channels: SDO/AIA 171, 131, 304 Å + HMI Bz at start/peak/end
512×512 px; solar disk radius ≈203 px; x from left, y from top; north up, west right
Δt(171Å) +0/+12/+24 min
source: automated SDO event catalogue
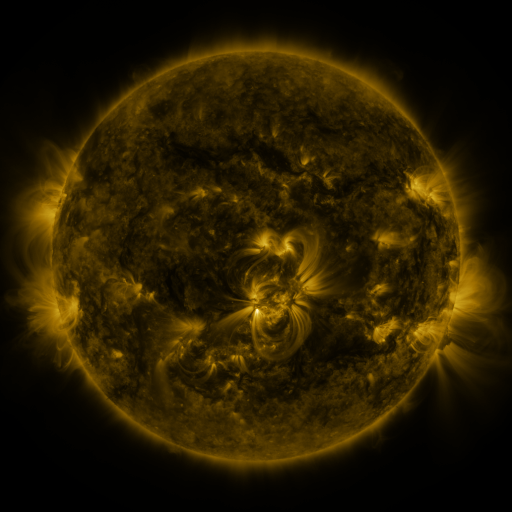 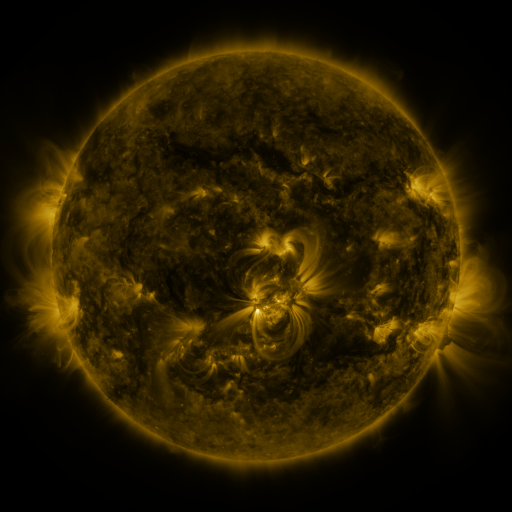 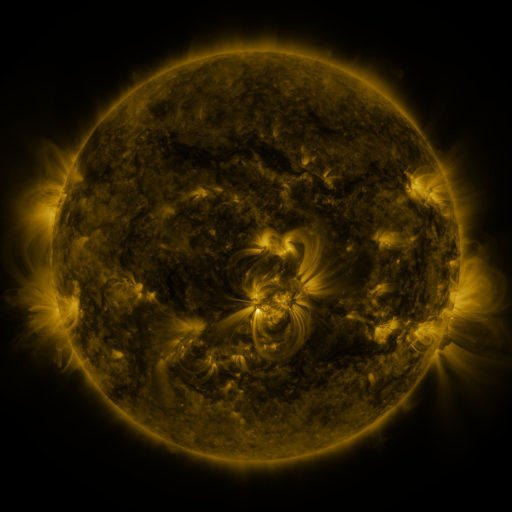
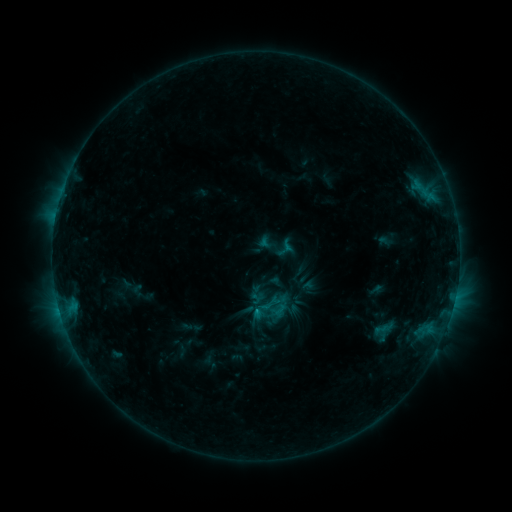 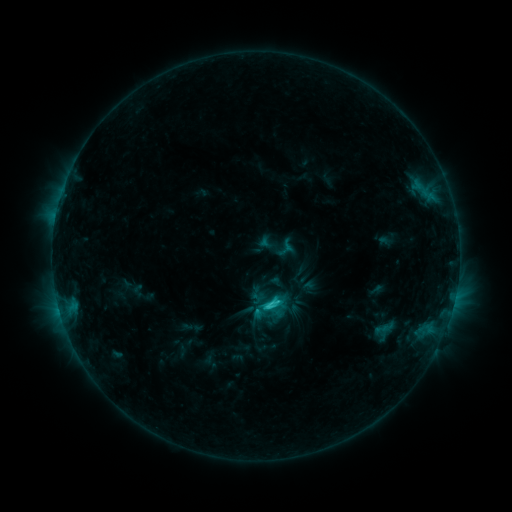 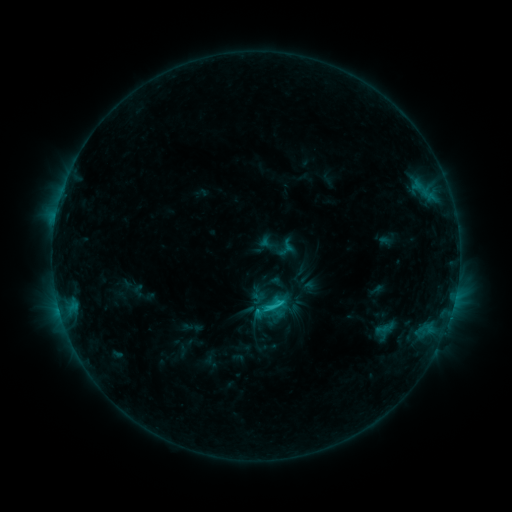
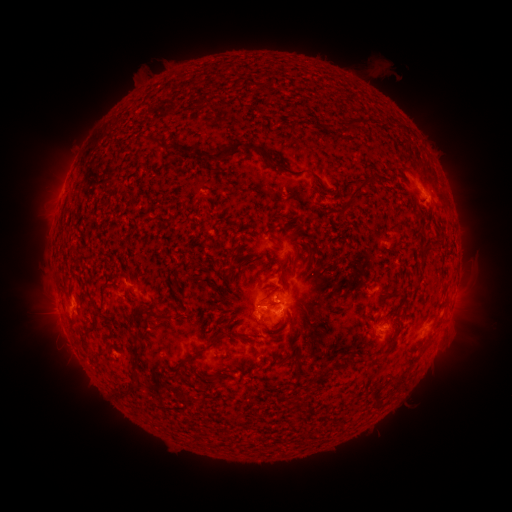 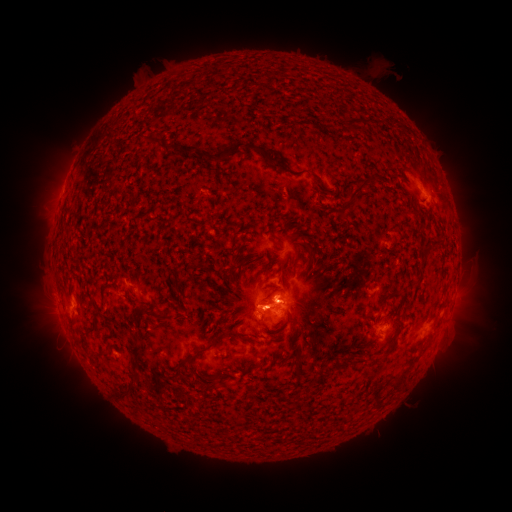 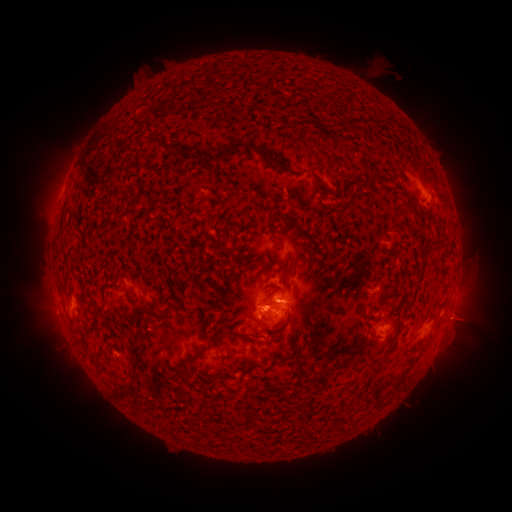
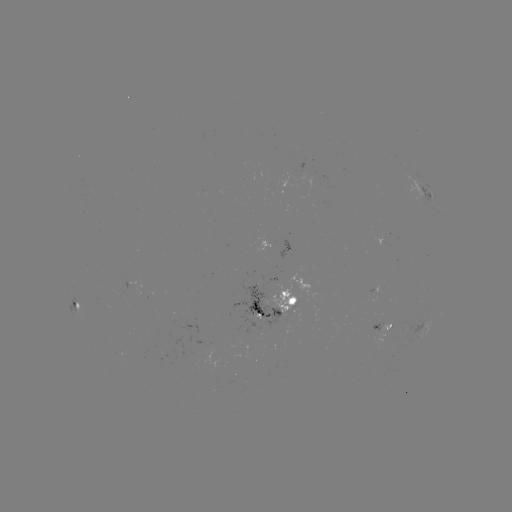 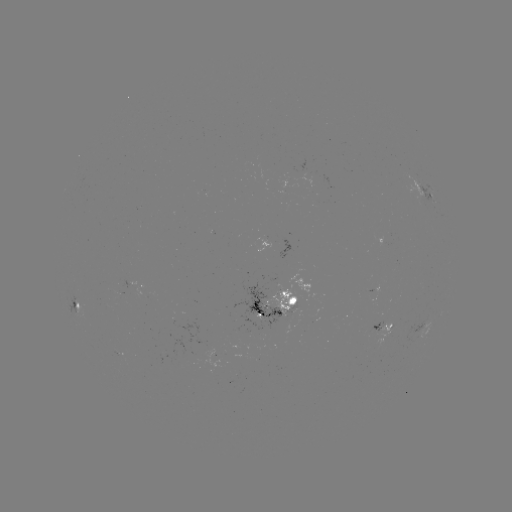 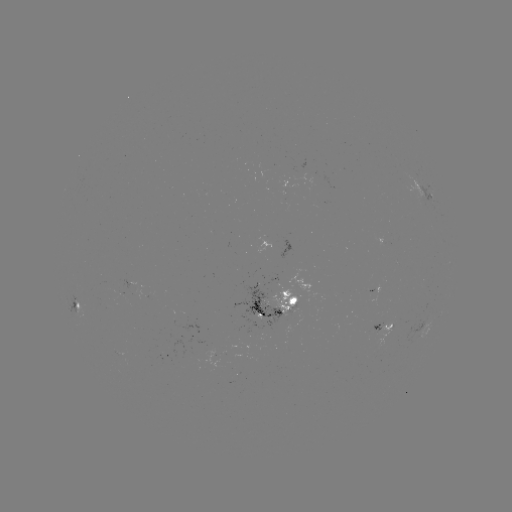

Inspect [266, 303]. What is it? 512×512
C2.6 flare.